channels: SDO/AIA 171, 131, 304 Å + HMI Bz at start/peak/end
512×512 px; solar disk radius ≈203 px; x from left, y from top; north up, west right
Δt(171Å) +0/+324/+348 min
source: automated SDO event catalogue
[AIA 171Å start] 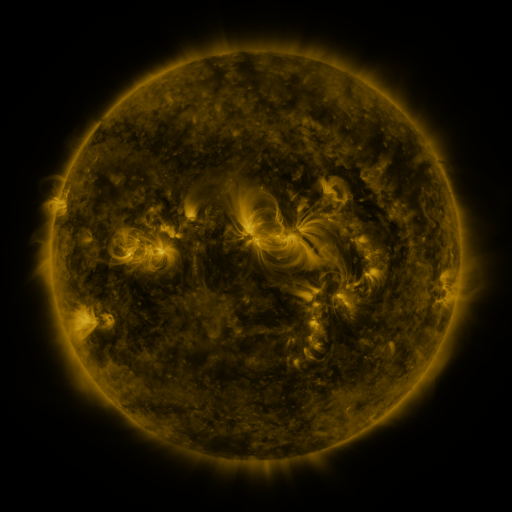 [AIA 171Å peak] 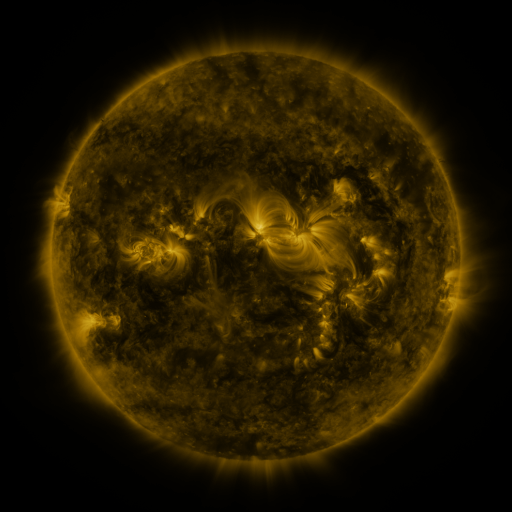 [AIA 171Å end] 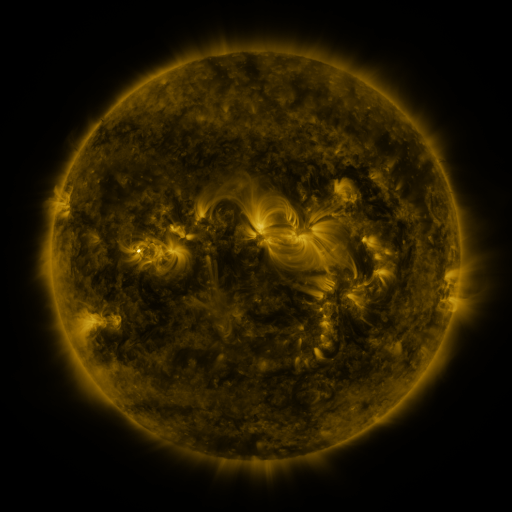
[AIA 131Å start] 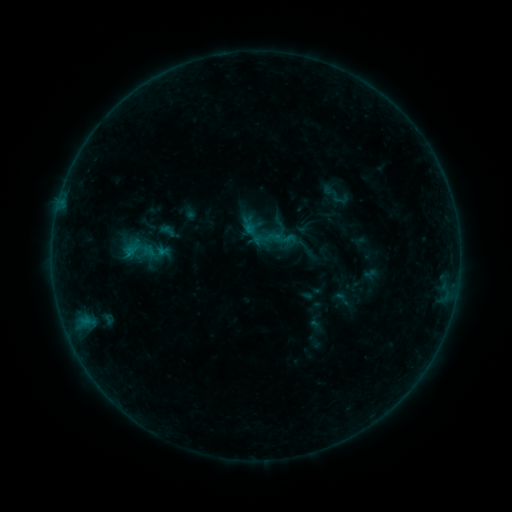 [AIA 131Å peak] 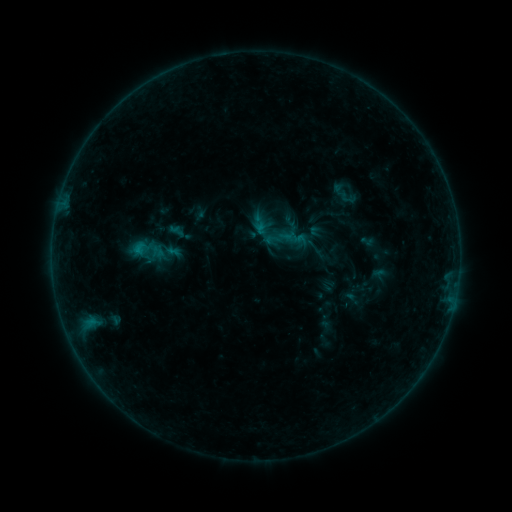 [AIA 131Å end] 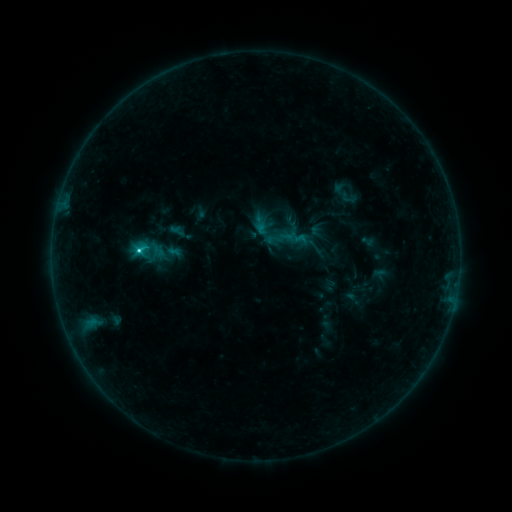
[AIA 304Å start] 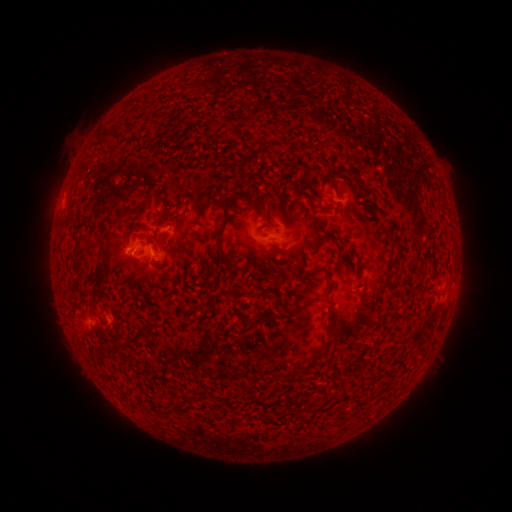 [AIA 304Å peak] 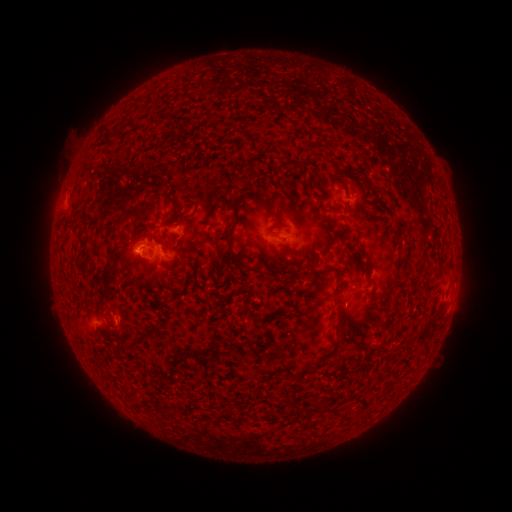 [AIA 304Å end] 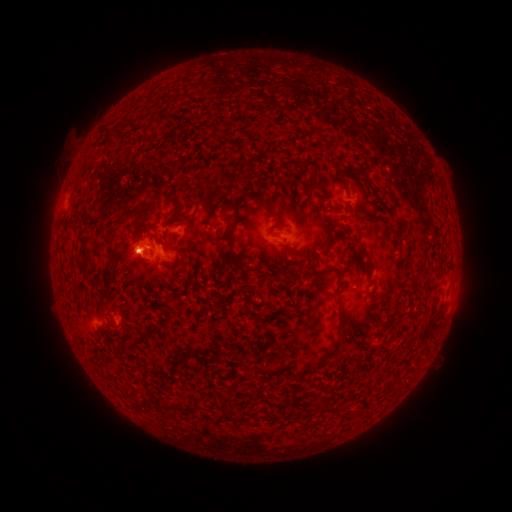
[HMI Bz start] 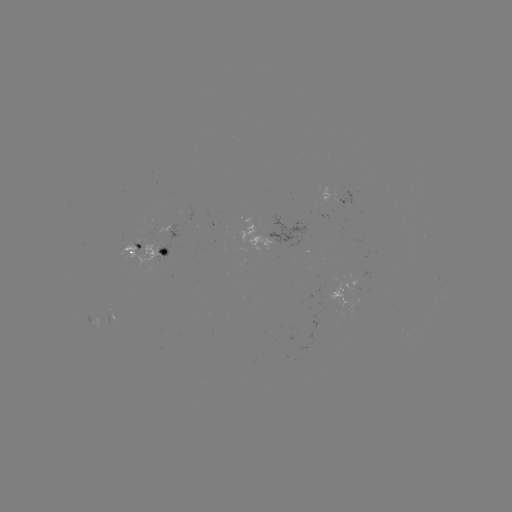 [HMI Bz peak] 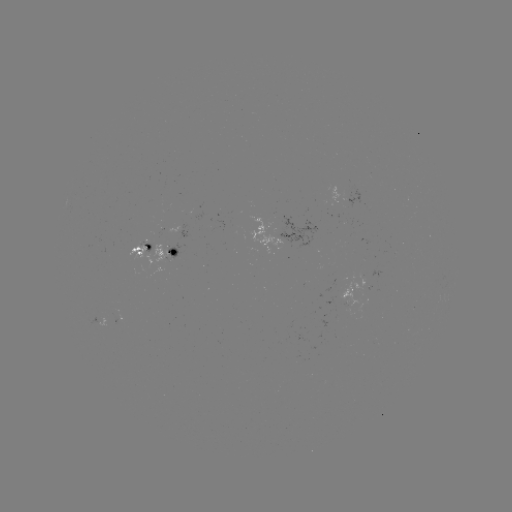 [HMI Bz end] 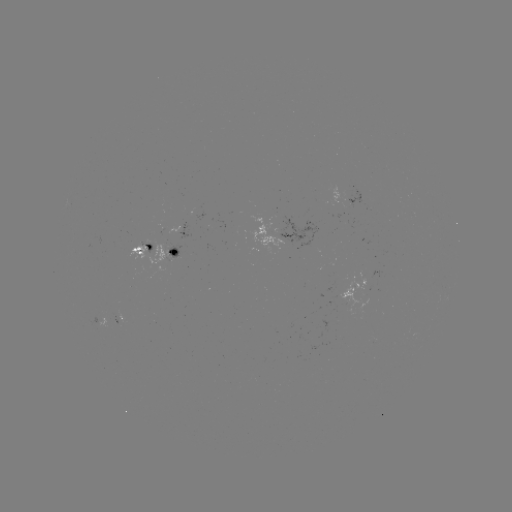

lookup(emerging-flux region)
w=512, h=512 156,254